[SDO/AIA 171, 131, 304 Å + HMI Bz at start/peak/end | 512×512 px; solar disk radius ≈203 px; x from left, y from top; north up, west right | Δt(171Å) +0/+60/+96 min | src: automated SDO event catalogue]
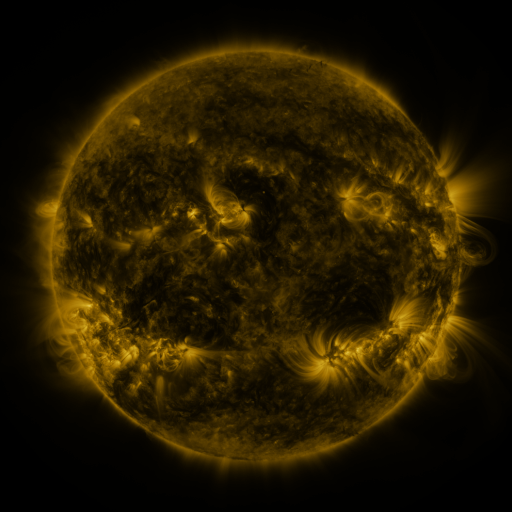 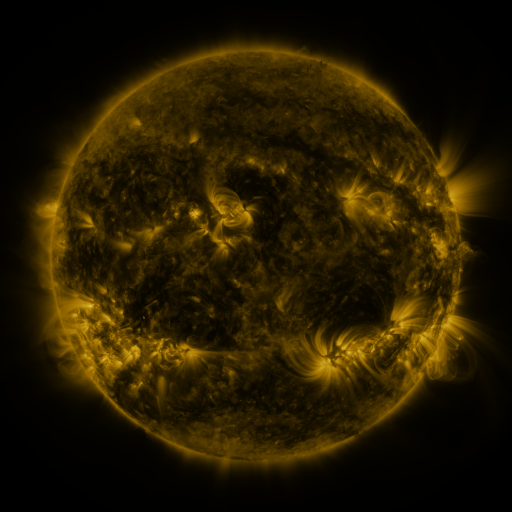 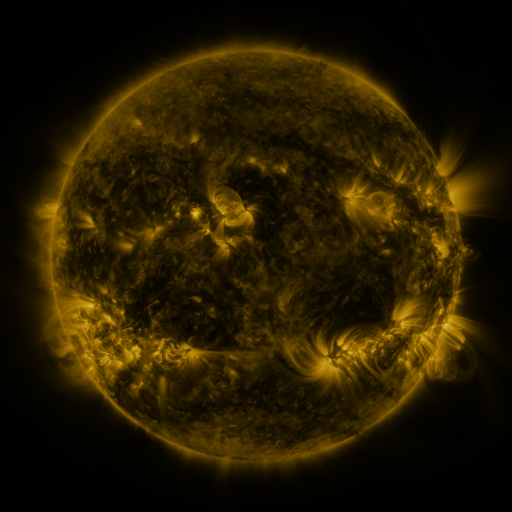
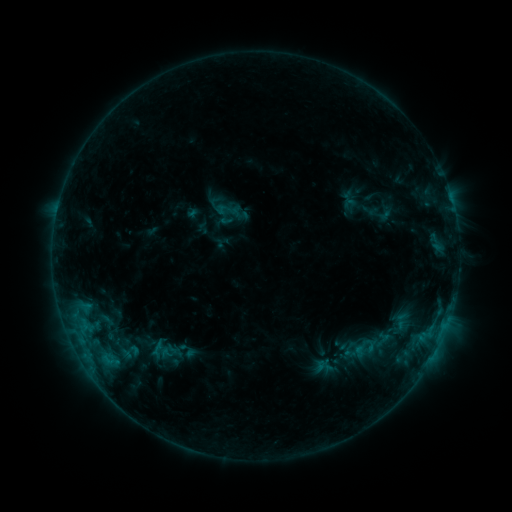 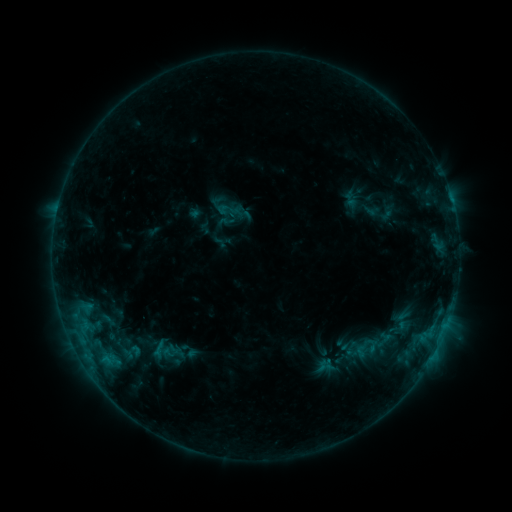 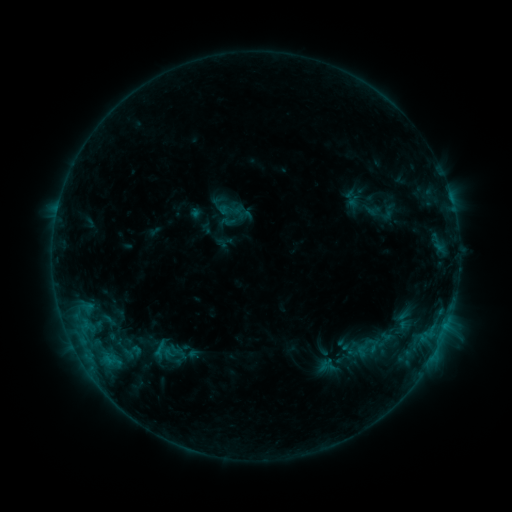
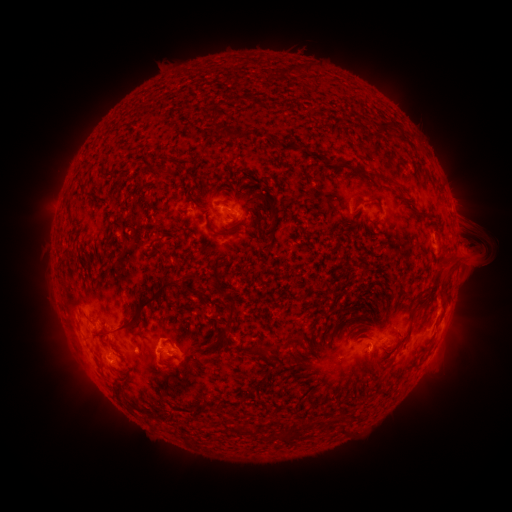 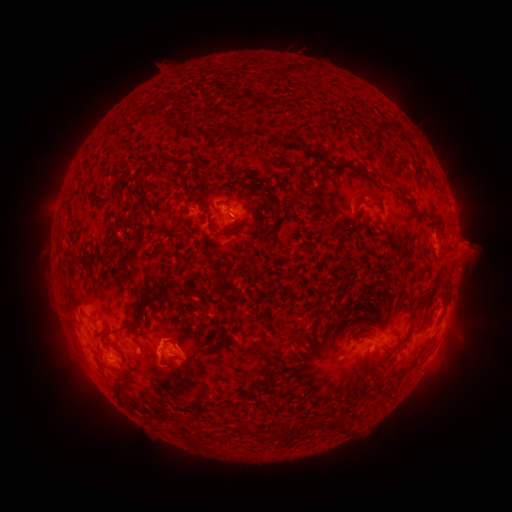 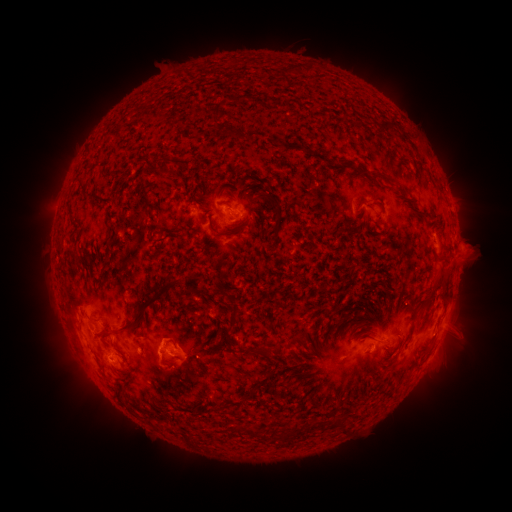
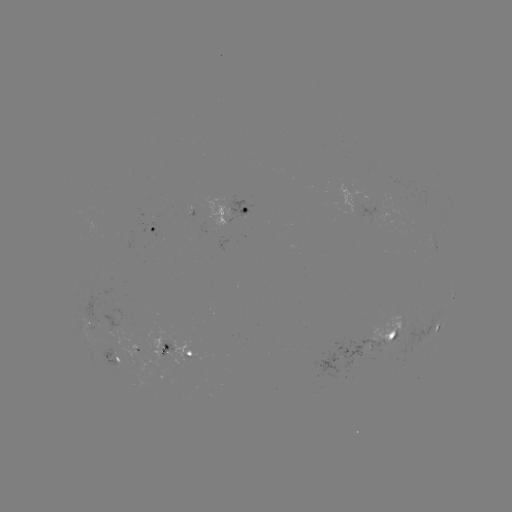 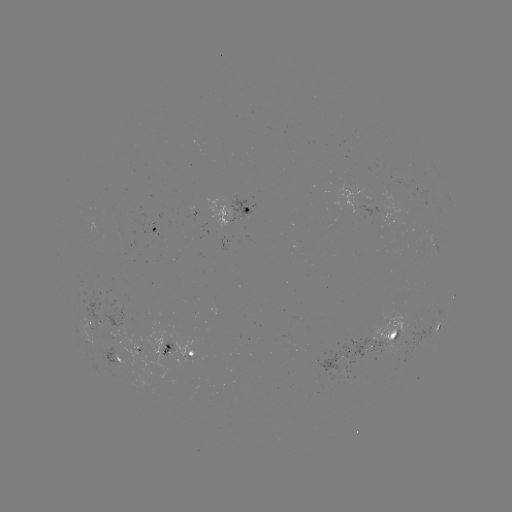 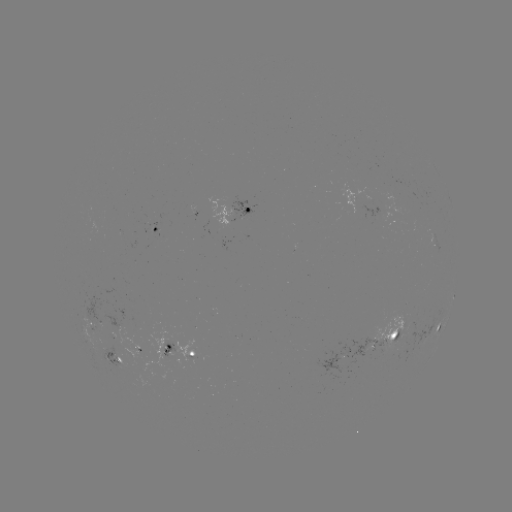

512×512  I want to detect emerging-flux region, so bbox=[373, 313, 409, 348].